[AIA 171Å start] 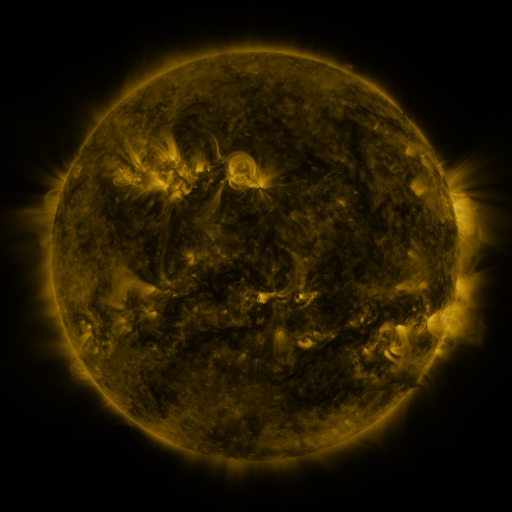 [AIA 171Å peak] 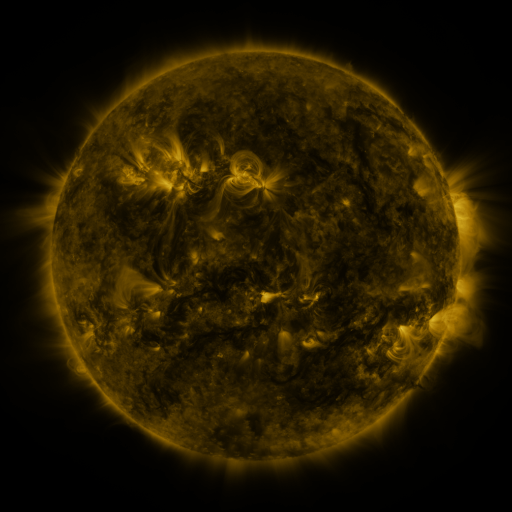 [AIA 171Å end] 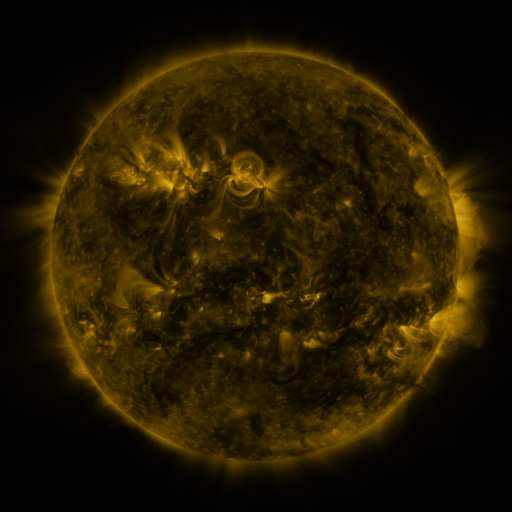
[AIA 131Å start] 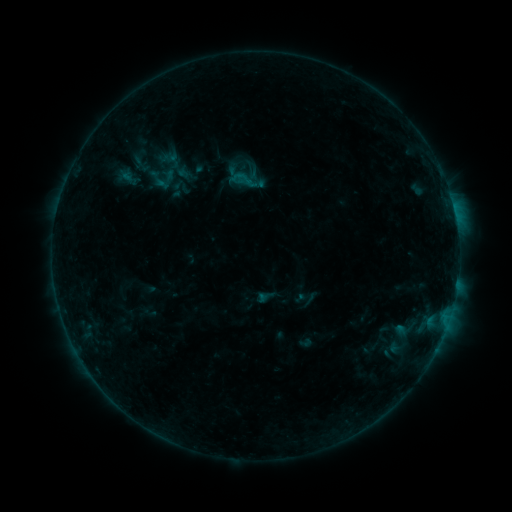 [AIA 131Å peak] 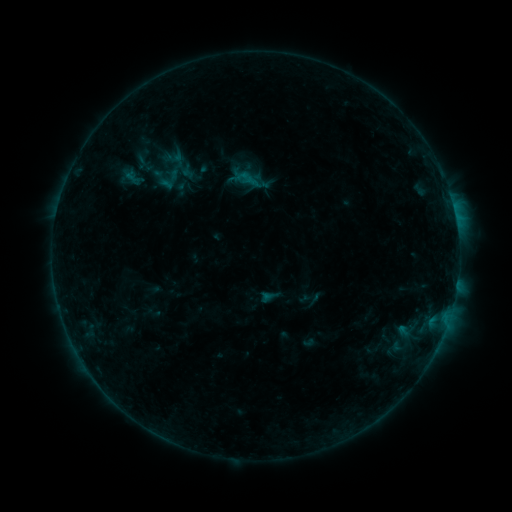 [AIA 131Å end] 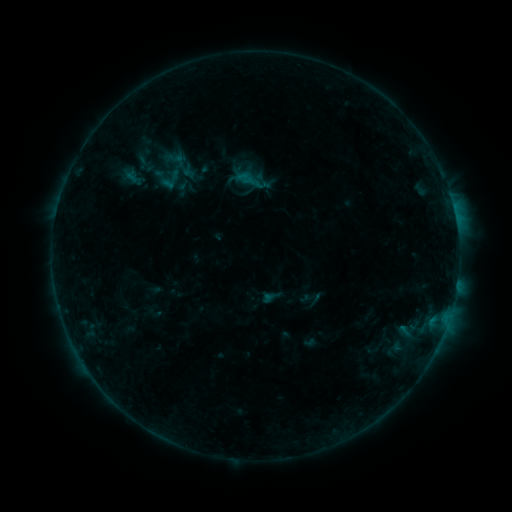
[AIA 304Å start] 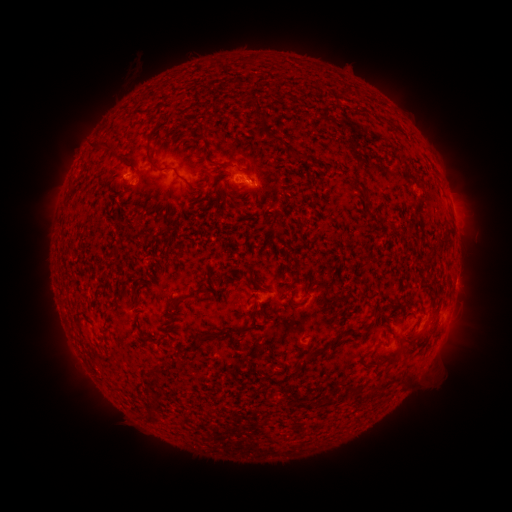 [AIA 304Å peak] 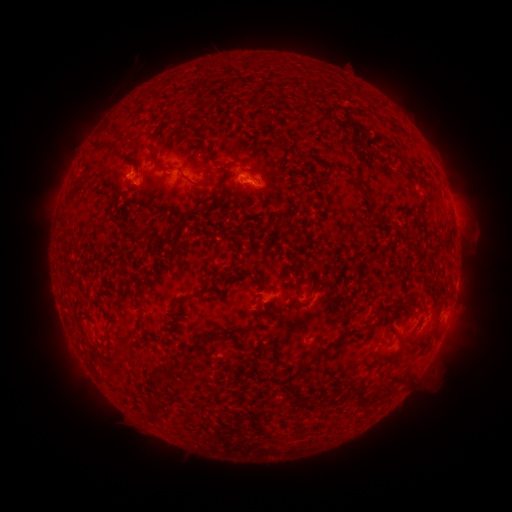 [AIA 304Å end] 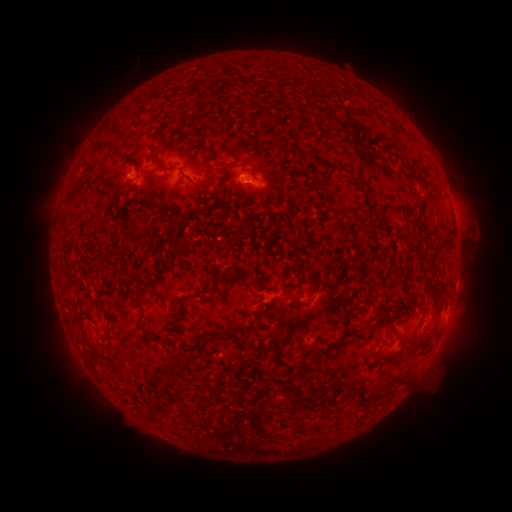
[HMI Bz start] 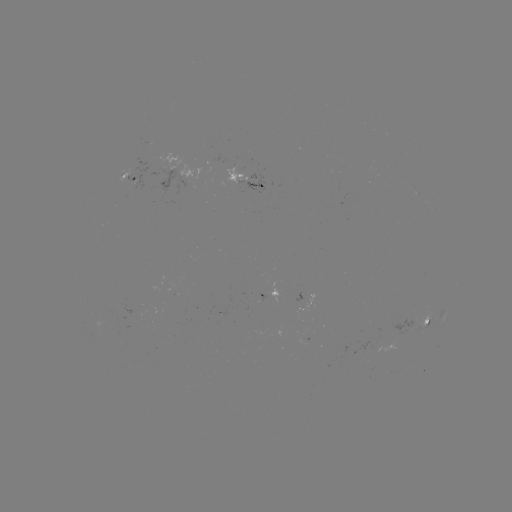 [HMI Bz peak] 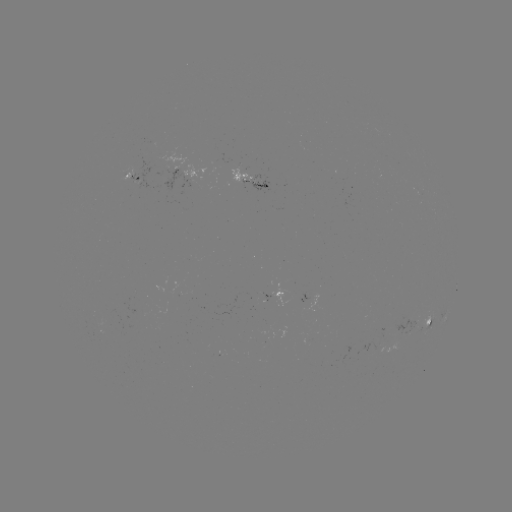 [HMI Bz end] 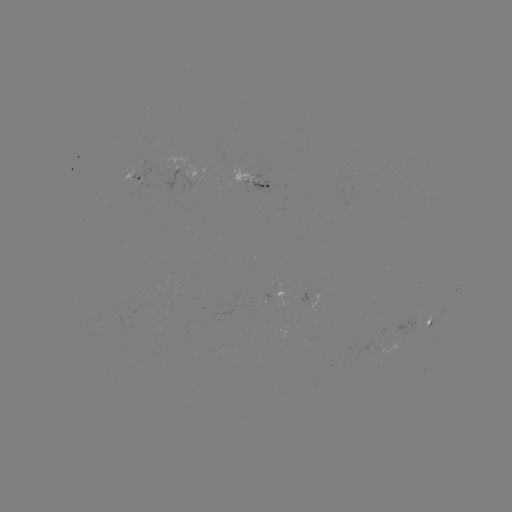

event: emerging-flux region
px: (111, 322)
